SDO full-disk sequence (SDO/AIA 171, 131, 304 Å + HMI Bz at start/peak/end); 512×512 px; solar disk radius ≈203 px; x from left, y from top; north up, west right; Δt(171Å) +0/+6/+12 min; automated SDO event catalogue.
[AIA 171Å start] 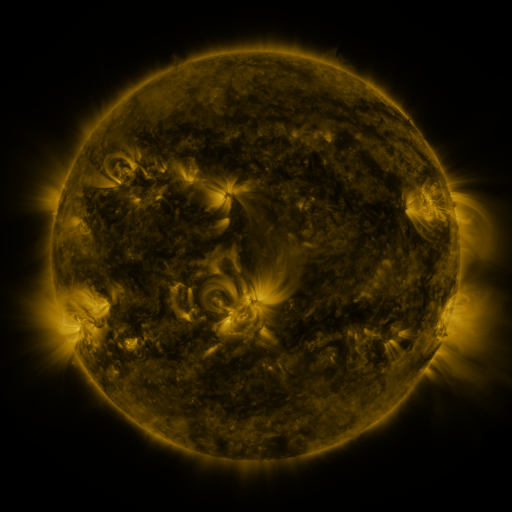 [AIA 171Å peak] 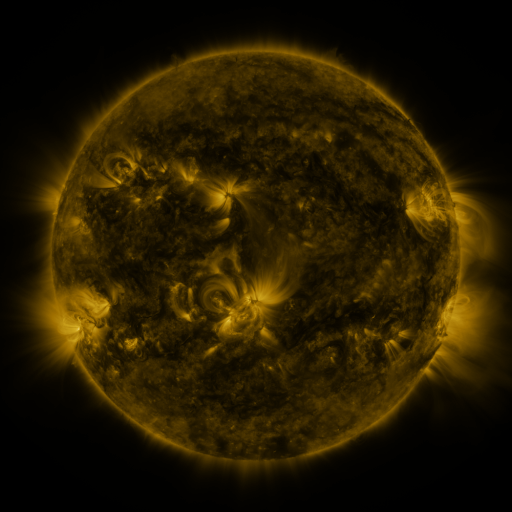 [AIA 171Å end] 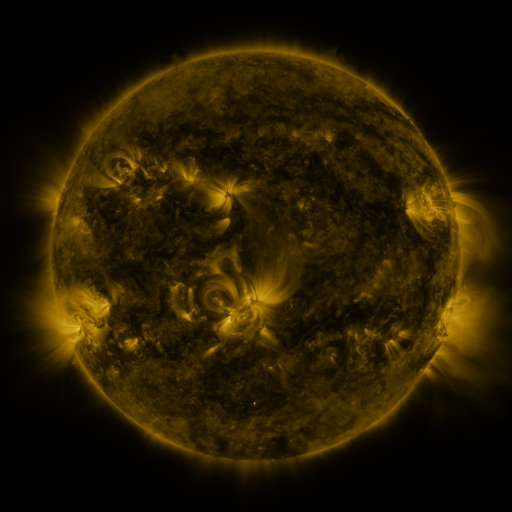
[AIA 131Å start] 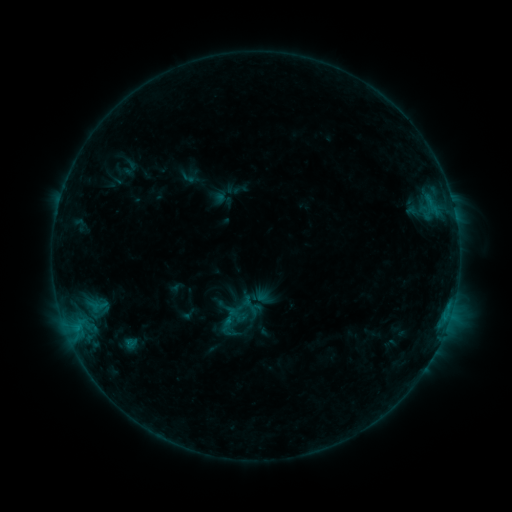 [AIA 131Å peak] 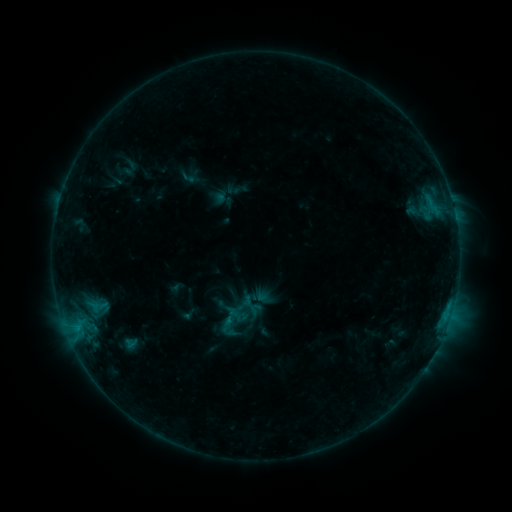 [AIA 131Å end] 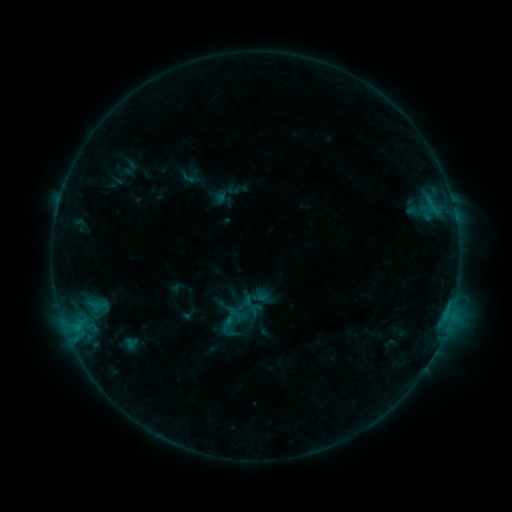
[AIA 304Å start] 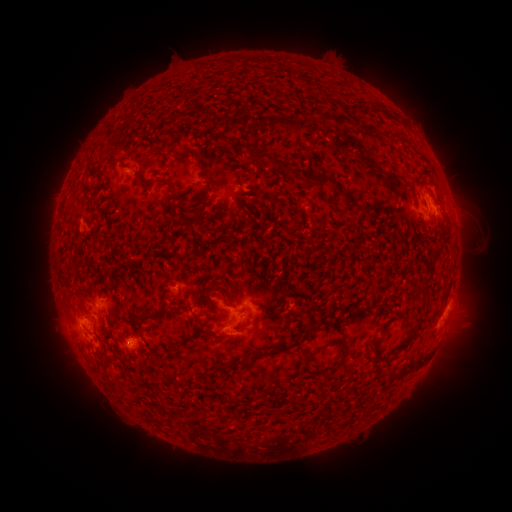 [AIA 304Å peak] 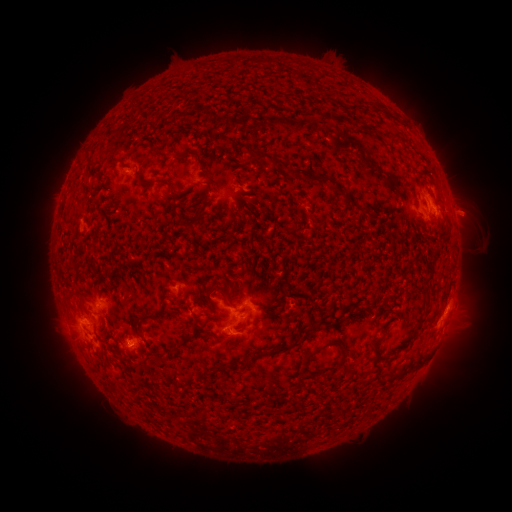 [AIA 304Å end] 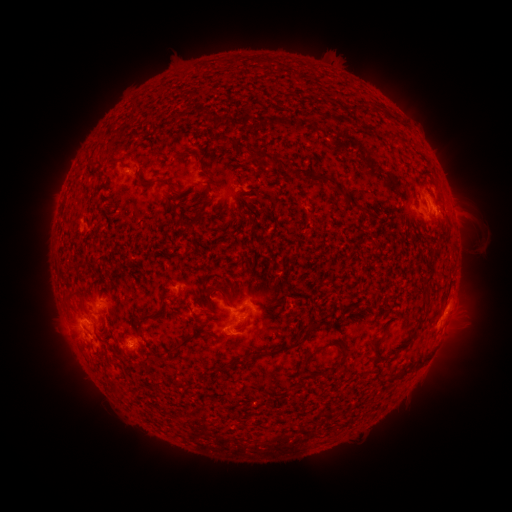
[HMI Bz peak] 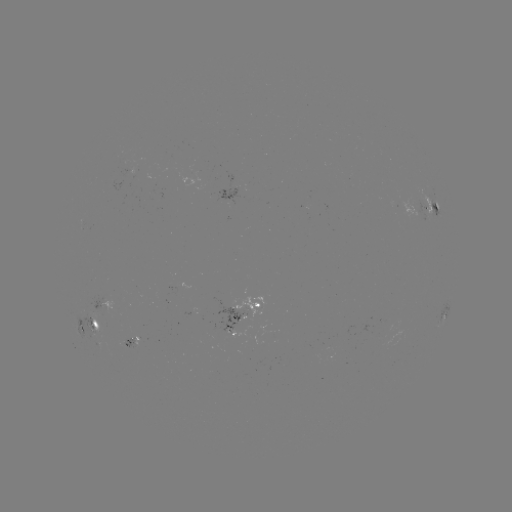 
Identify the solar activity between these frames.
eruption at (467, 212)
